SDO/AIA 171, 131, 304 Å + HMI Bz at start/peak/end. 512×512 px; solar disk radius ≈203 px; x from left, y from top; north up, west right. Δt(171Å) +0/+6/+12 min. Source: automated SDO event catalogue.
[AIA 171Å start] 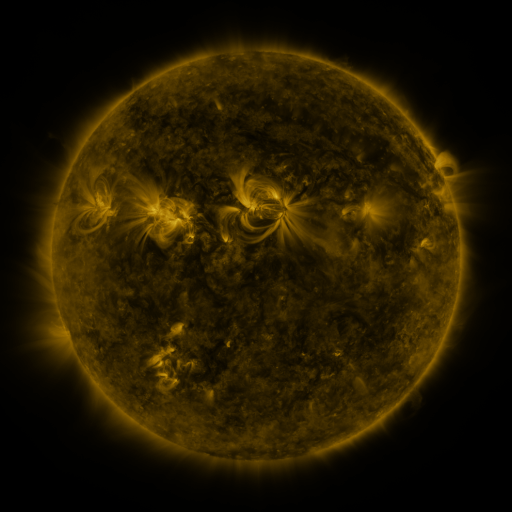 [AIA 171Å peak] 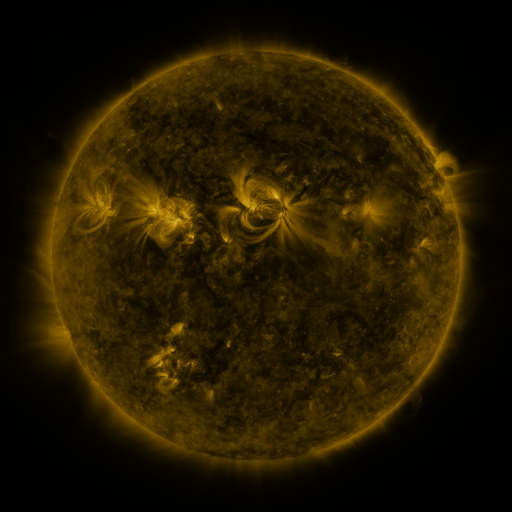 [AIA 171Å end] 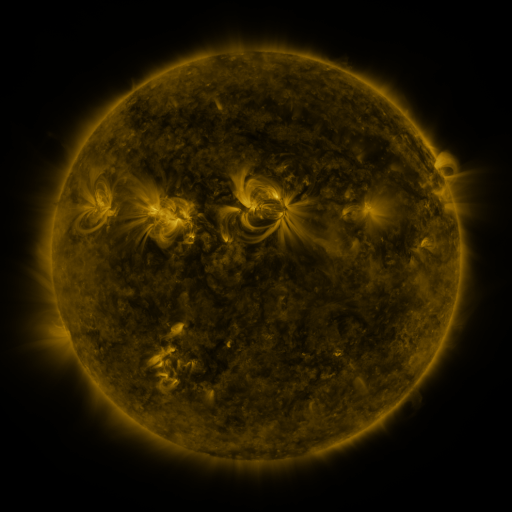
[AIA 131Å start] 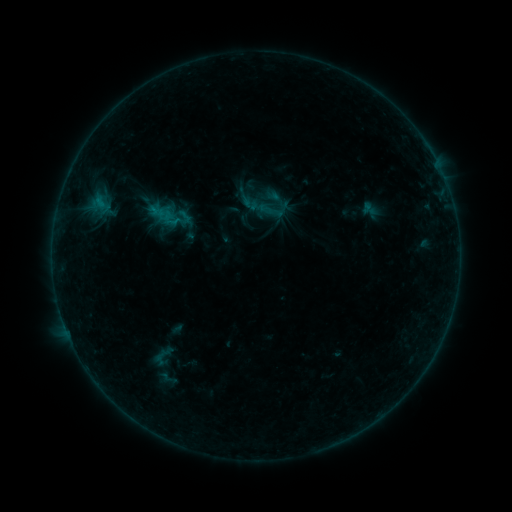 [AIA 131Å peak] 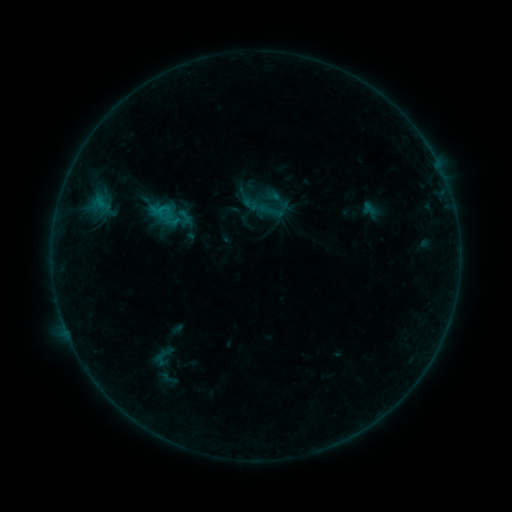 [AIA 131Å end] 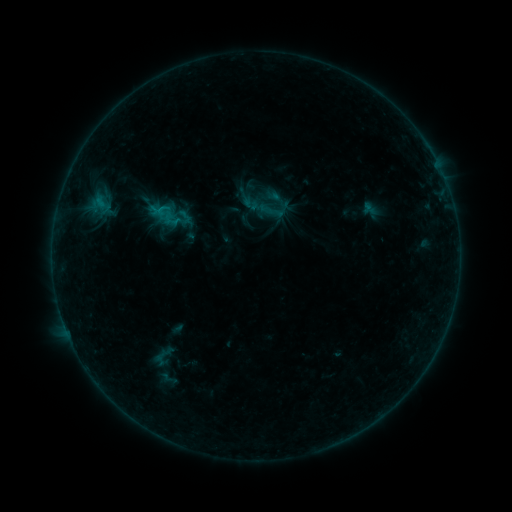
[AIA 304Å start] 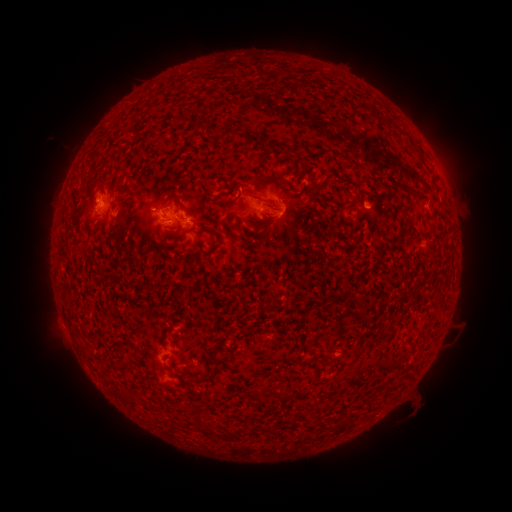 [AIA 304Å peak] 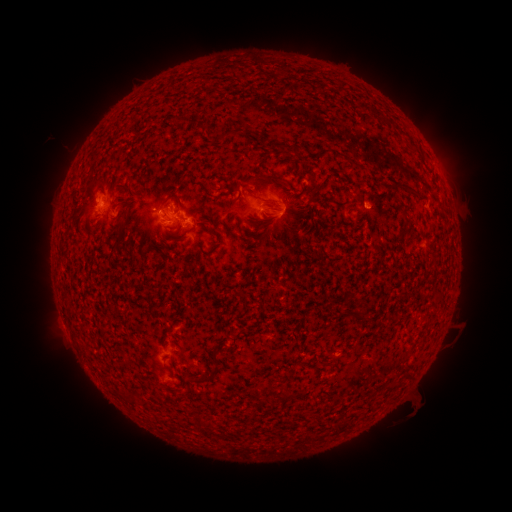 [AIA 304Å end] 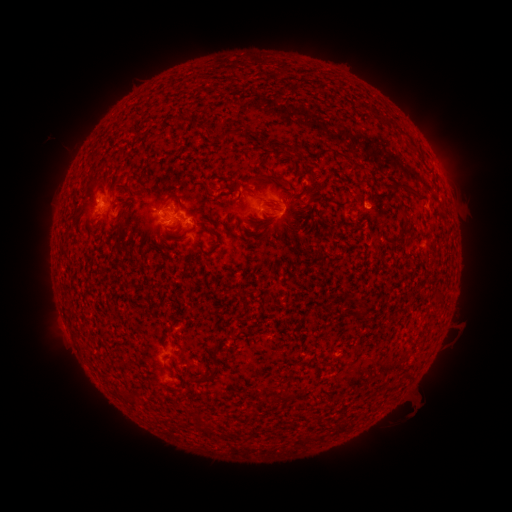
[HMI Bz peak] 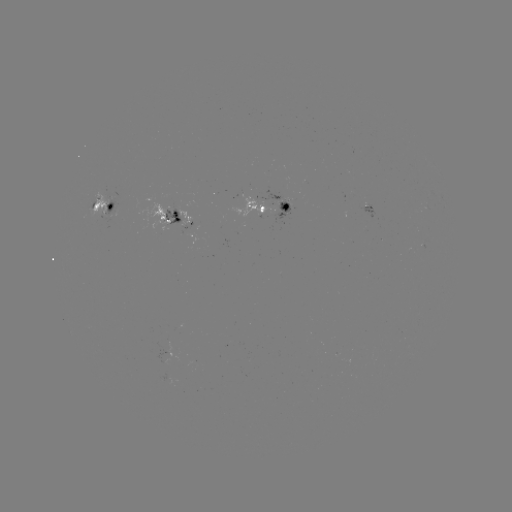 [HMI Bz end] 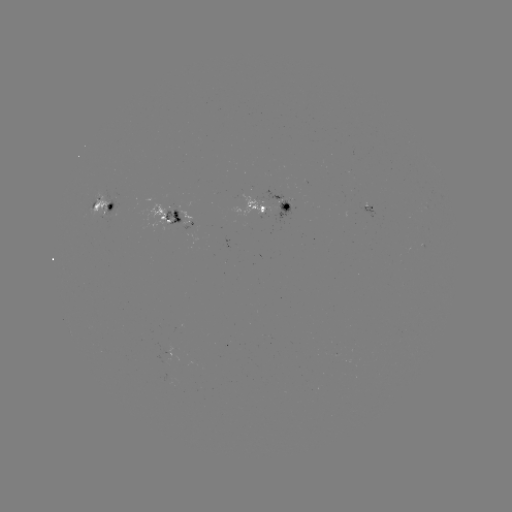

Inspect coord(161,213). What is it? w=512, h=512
B5.6 flare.